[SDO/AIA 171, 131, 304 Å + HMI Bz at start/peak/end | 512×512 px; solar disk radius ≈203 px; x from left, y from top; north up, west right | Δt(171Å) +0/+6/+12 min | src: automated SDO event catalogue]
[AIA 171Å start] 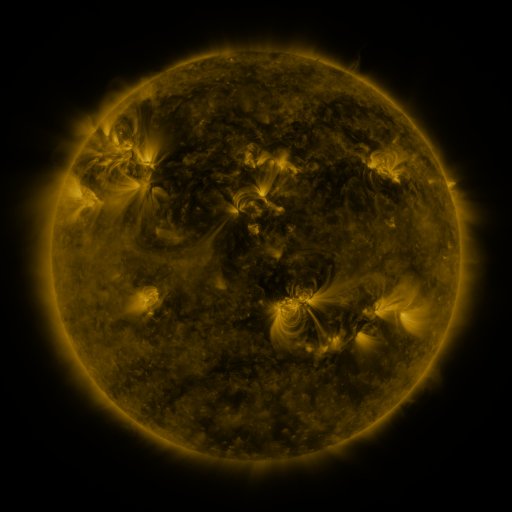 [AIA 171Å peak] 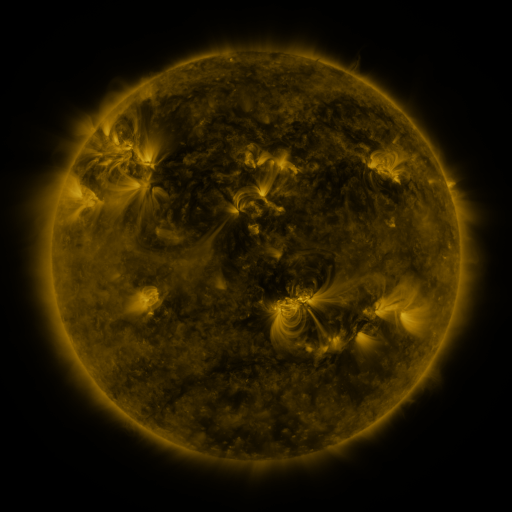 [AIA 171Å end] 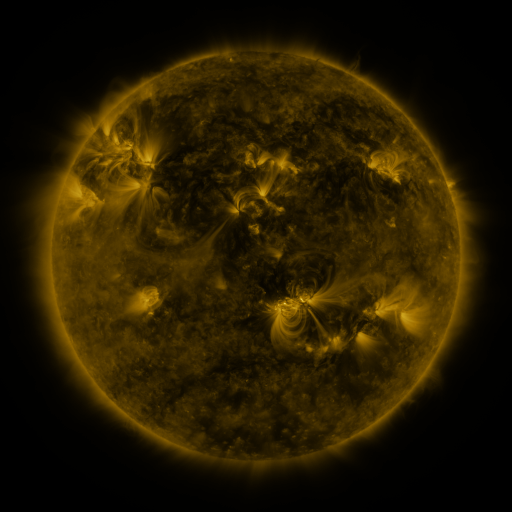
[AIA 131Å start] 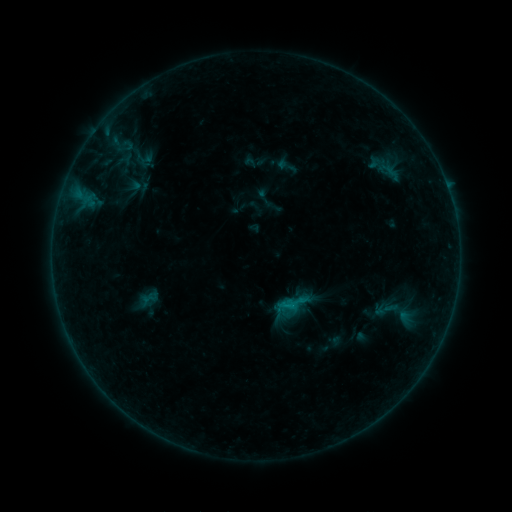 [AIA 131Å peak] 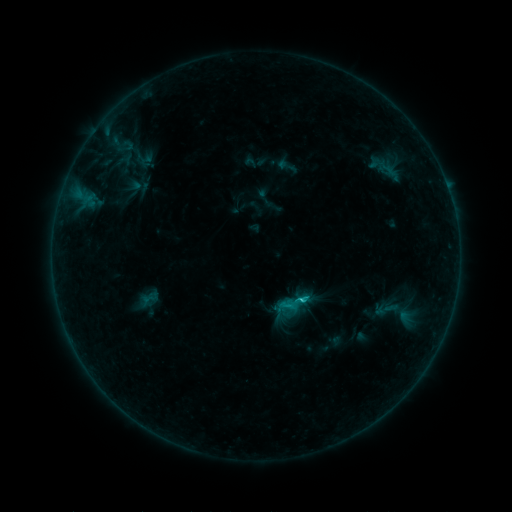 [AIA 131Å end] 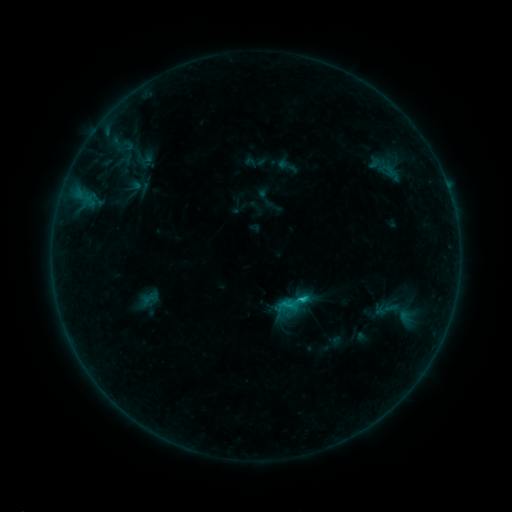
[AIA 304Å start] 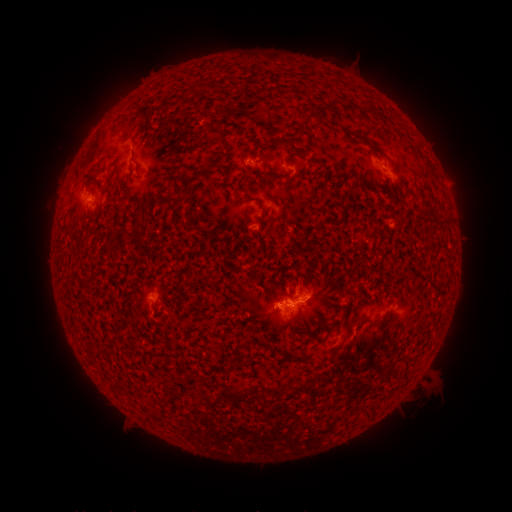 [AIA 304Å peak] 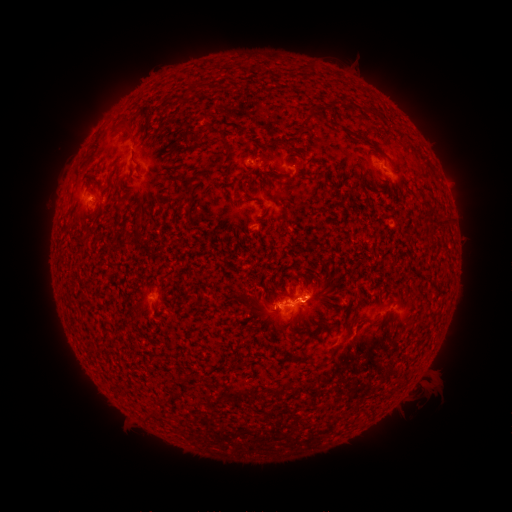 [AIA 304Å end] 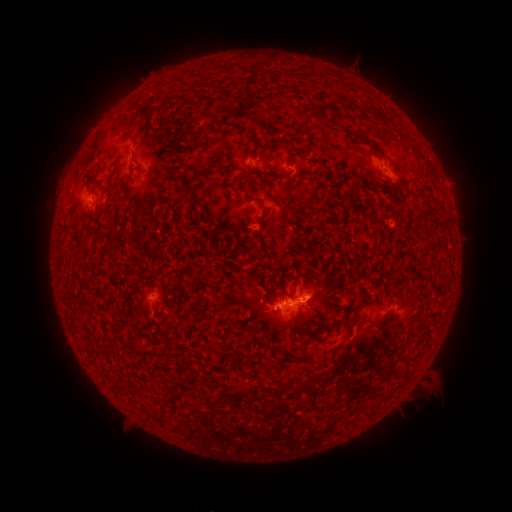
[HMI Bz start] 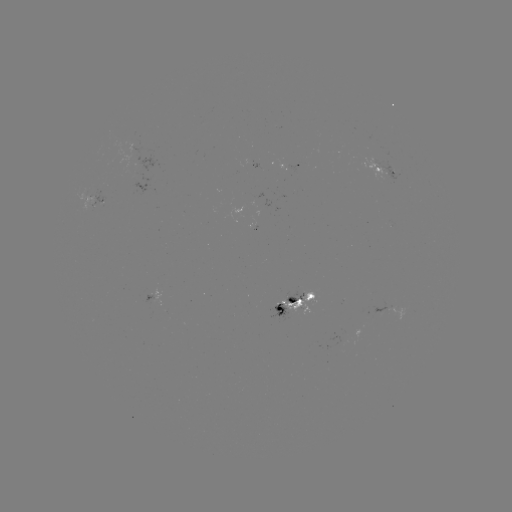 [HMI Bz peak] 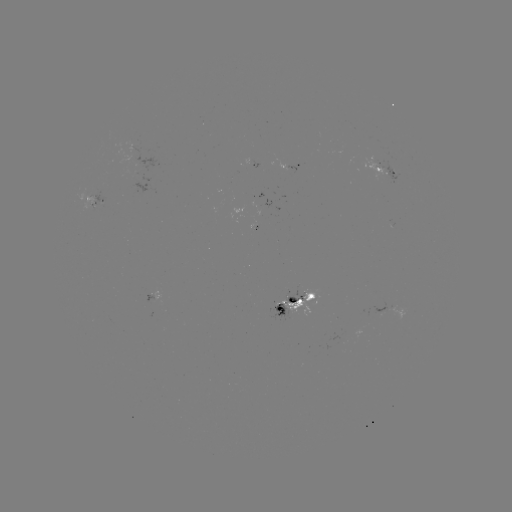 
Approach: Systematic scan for C1.2 flare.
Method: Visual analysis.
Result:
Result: C1.2 flare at [299, 299].